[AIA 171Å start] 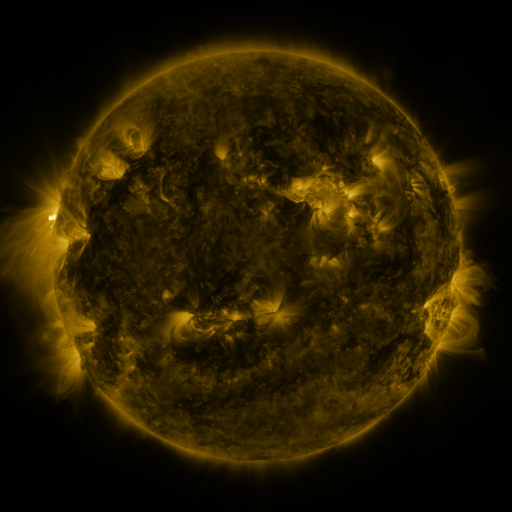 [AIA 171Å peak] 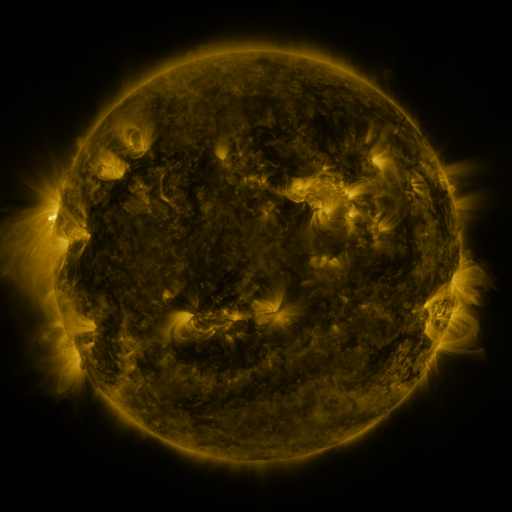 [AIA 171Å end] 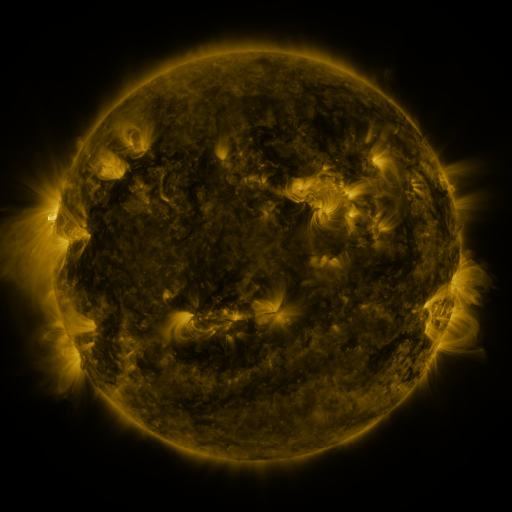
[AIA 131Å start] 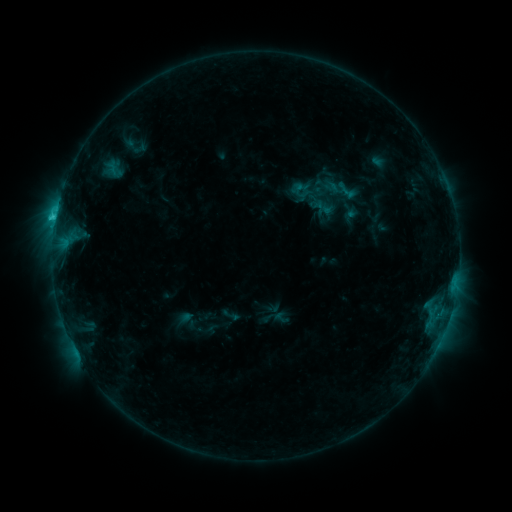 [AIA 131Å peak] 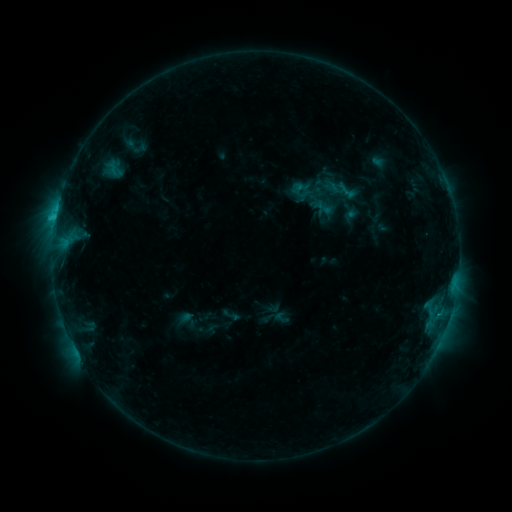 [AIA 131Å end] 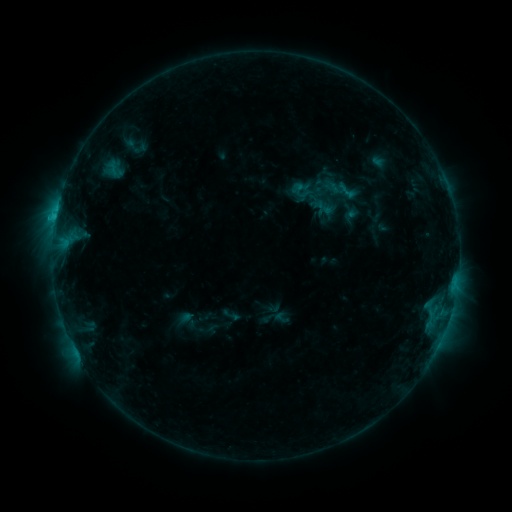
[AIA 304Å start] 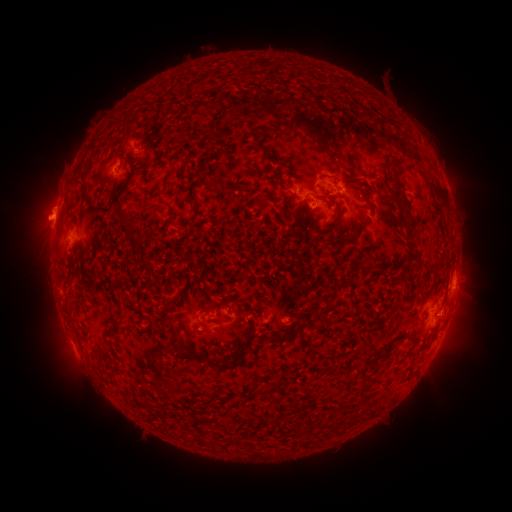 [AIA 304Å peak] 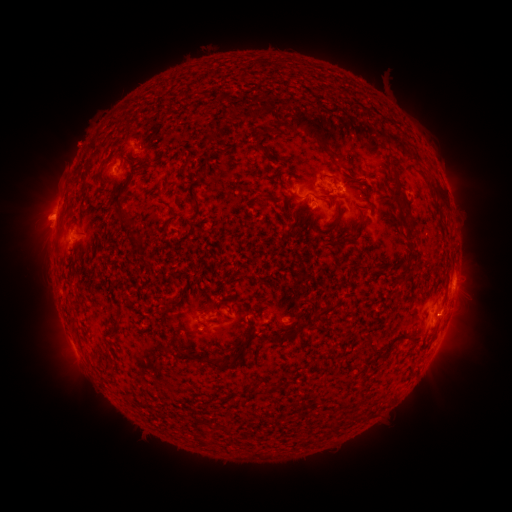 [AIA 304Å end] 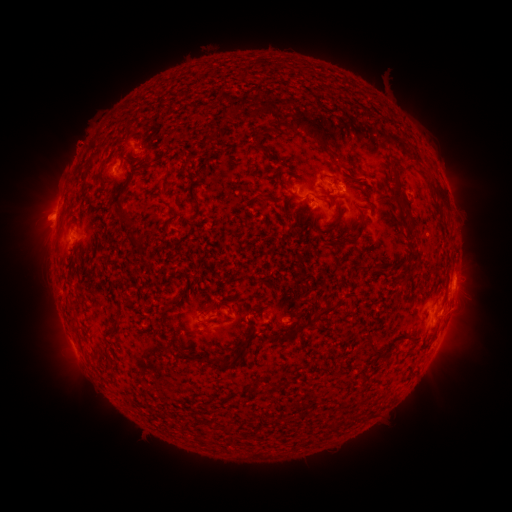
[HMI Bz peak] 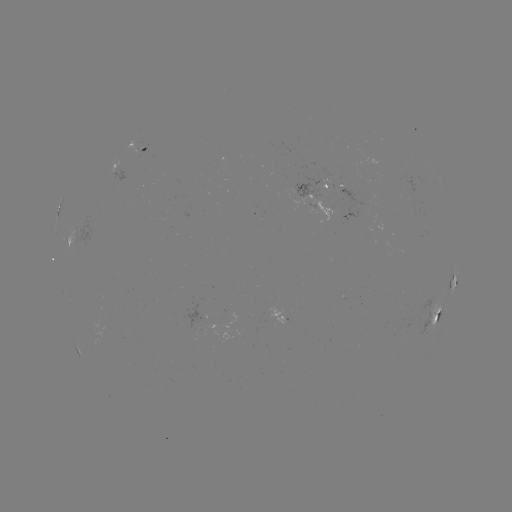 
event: eruption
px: (78, 143)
